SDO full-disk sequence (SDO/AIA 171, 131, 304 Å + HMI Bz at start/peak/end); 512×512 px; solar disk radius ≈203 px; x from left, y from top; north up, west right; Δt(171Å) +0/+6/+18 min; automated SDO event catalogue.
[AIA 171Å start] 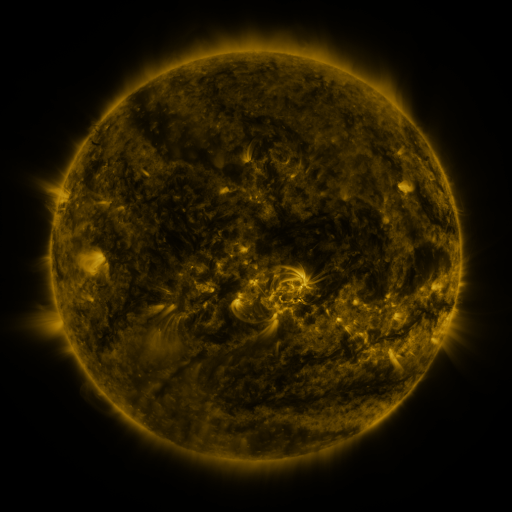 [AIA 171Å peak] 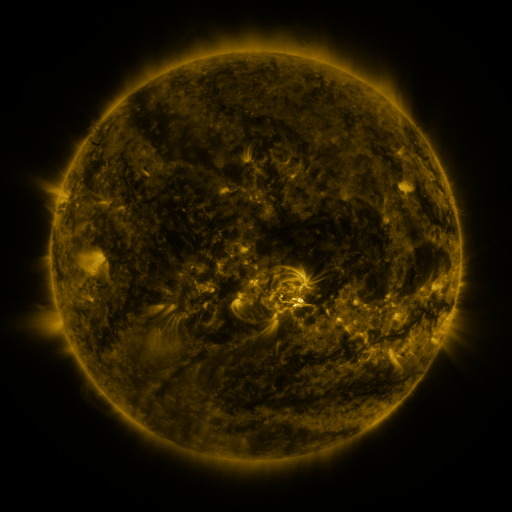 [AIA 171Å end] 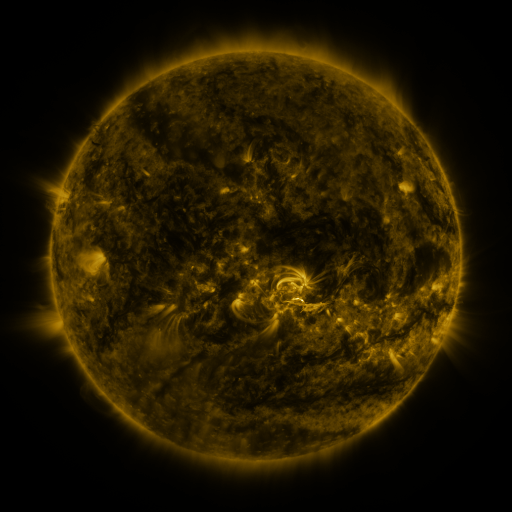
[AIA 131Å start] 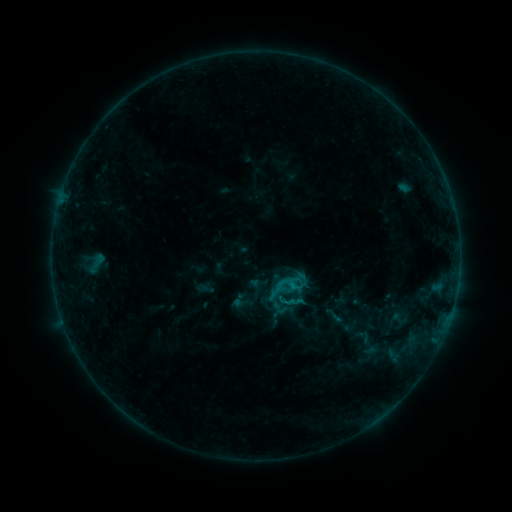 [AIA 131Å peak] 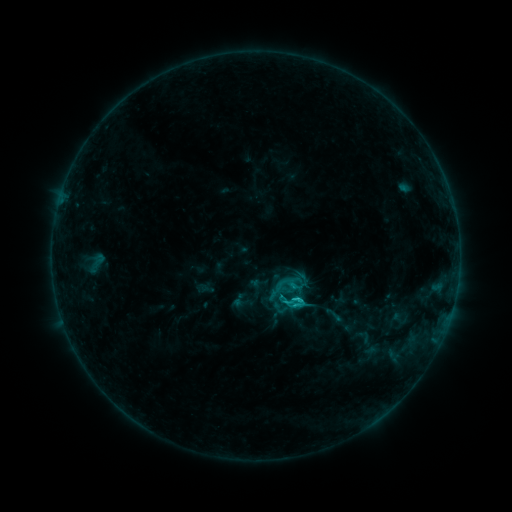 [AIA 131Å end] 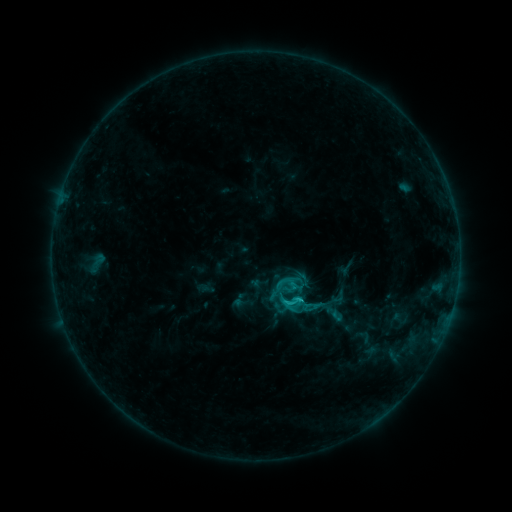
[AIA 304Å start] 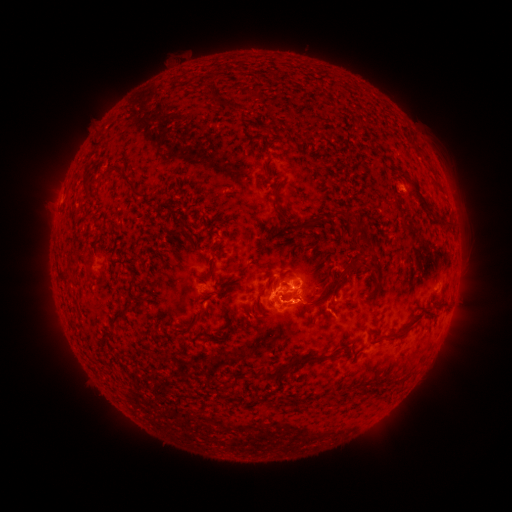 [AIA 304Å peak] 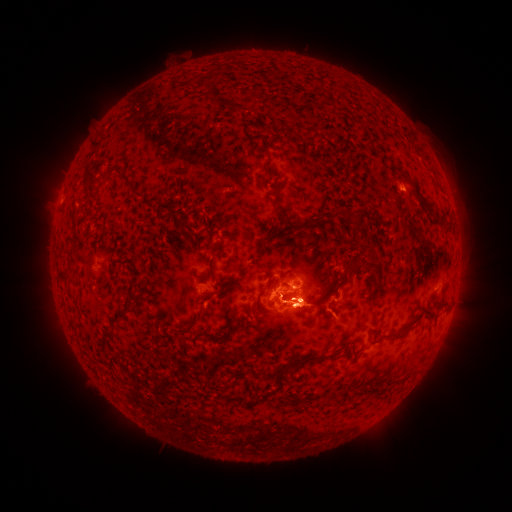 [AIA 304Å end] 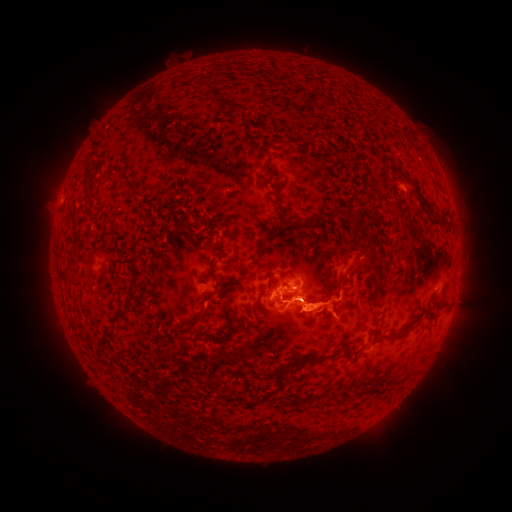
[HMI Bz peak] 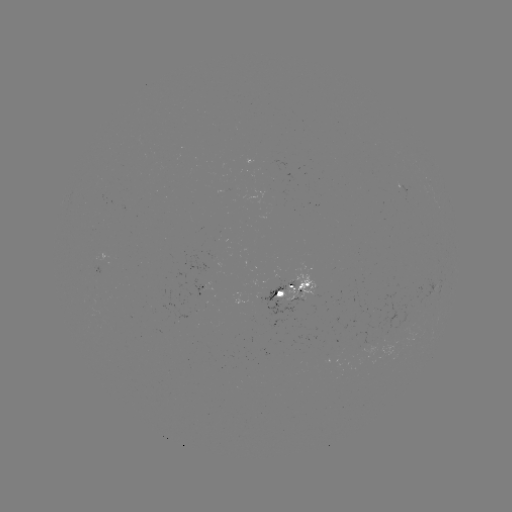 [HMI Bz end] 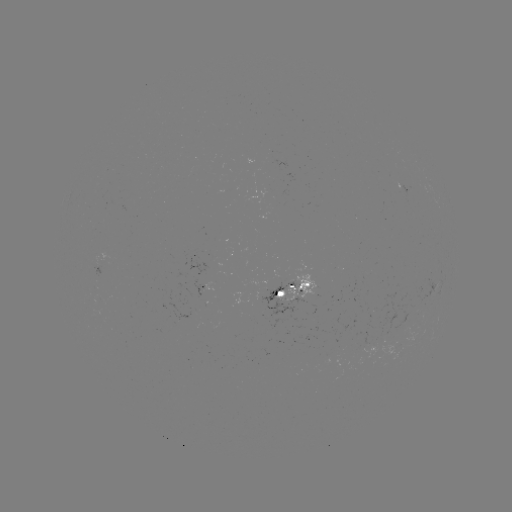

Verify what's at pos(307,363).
eruption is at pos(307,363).